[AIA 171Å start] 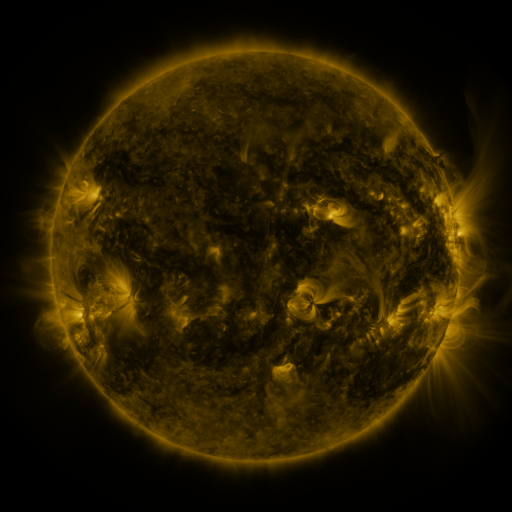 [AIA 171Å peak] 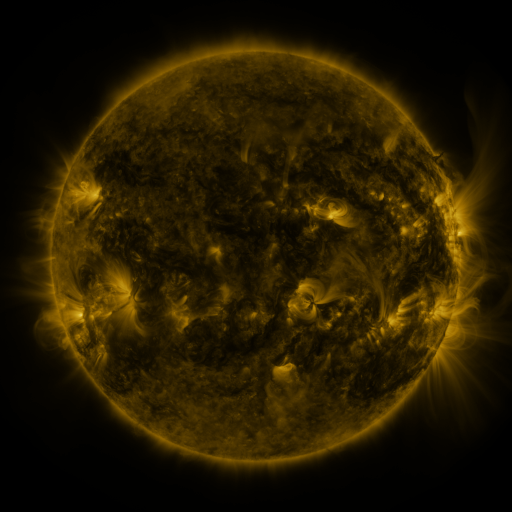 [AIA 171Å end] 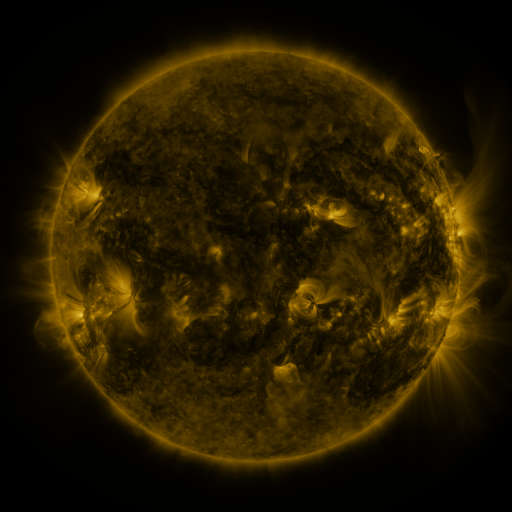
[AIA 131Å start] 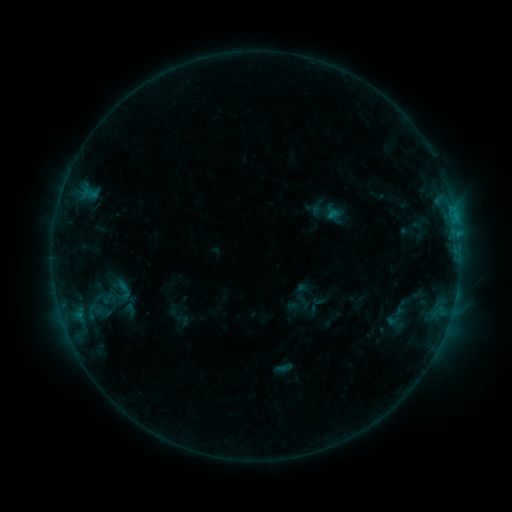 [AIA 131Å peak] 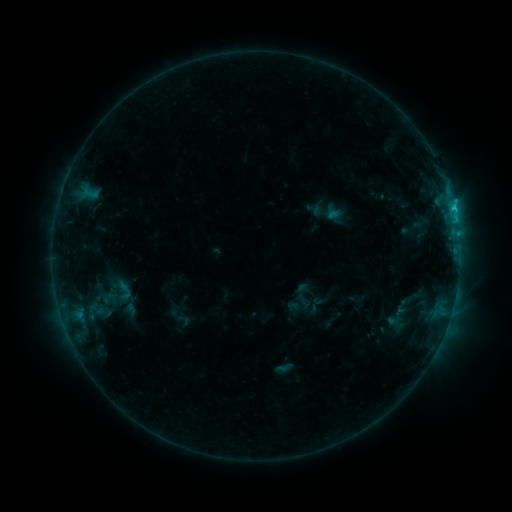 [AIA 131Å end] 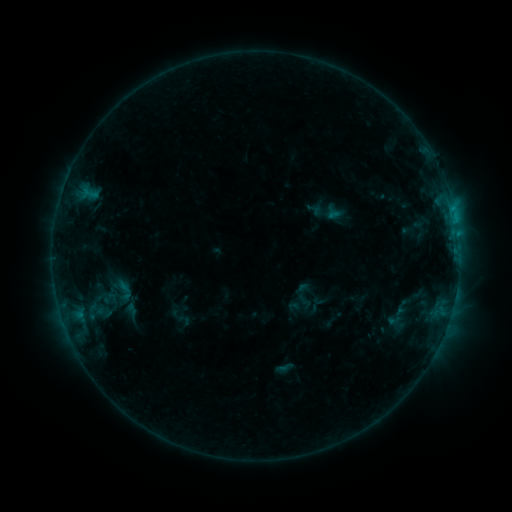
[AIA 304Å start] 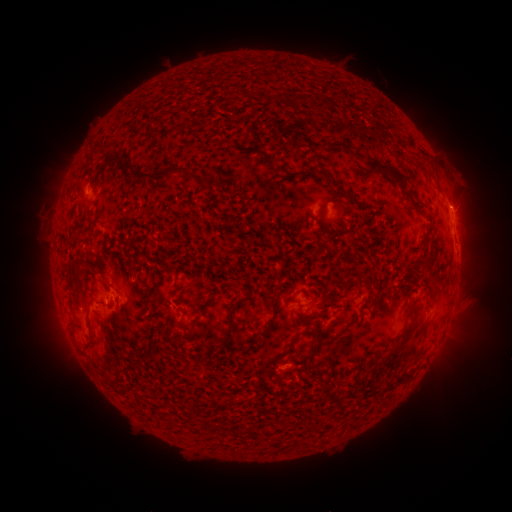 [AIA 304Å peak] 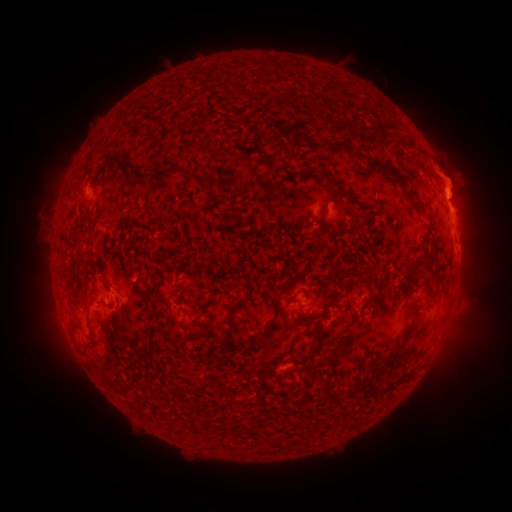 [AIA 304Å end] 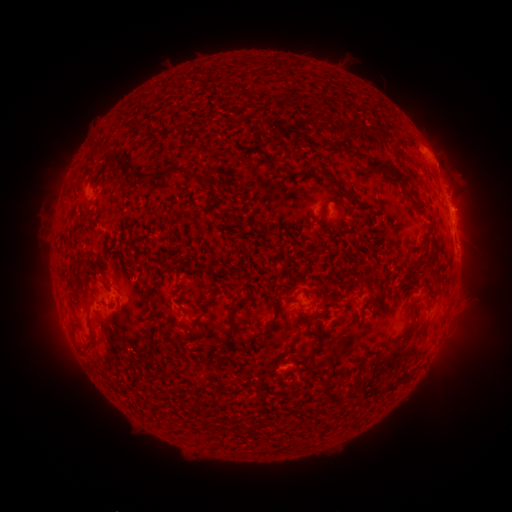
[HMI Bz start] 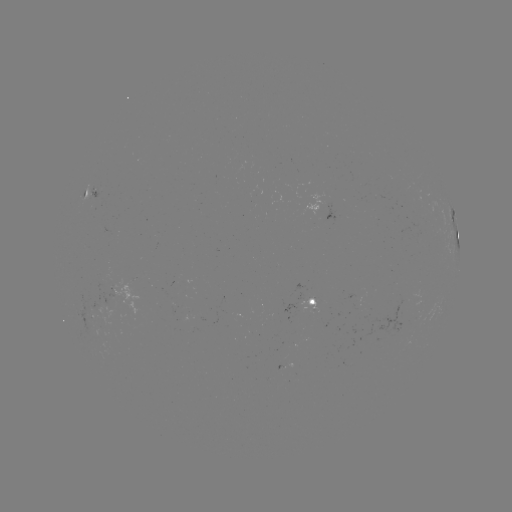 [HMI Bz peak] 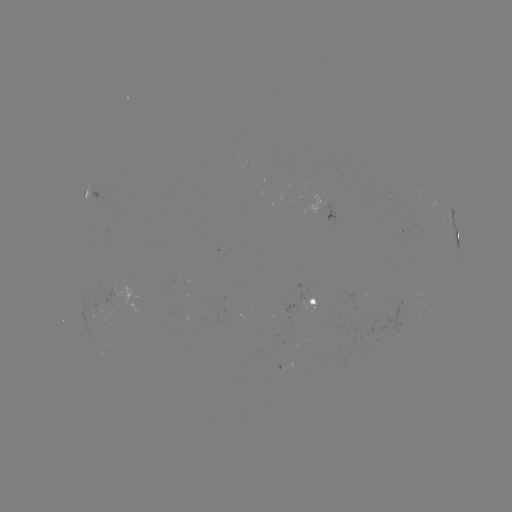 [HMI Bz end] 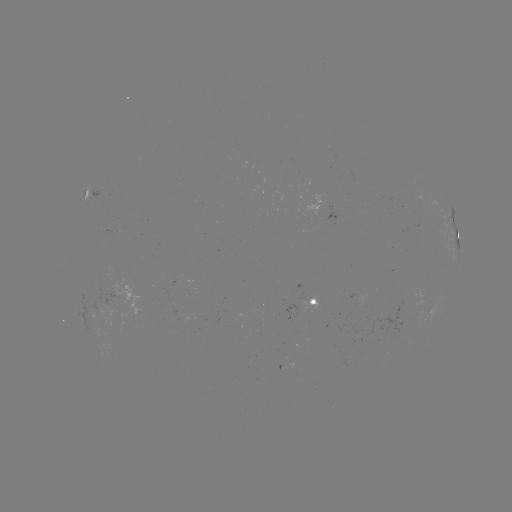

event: eruption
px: (449, 171)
